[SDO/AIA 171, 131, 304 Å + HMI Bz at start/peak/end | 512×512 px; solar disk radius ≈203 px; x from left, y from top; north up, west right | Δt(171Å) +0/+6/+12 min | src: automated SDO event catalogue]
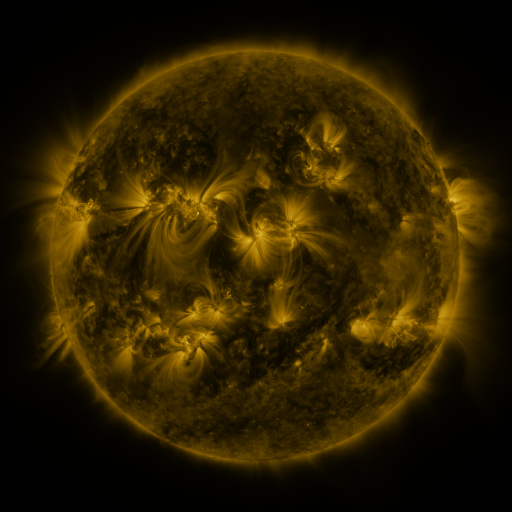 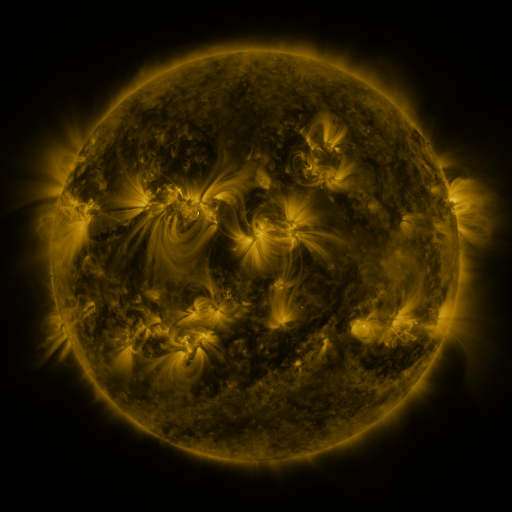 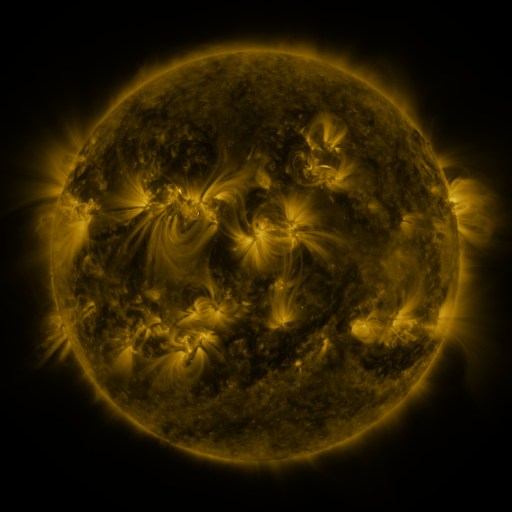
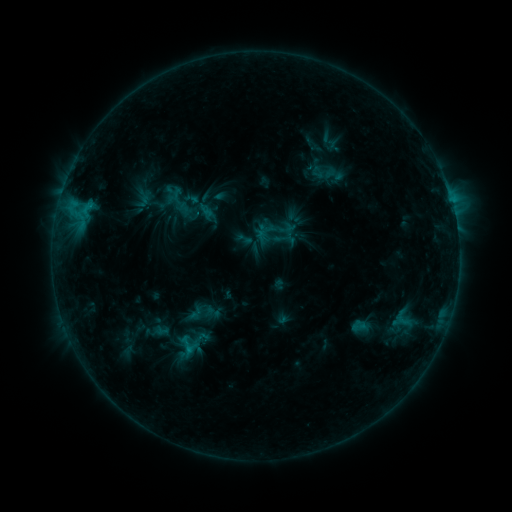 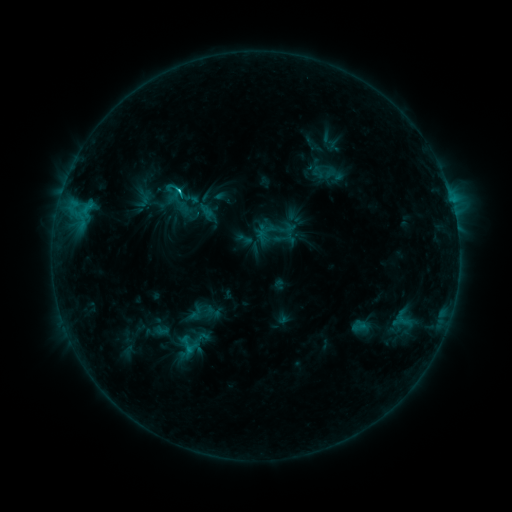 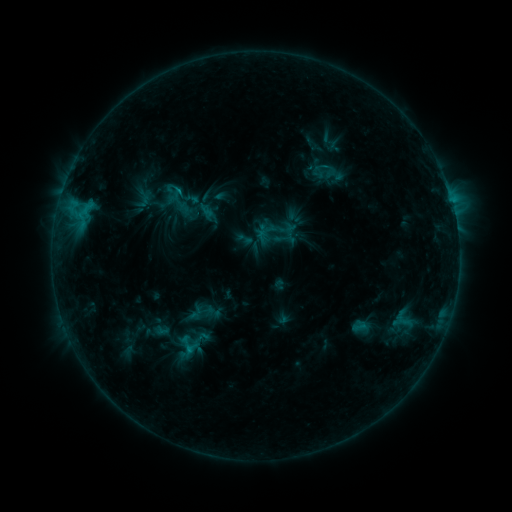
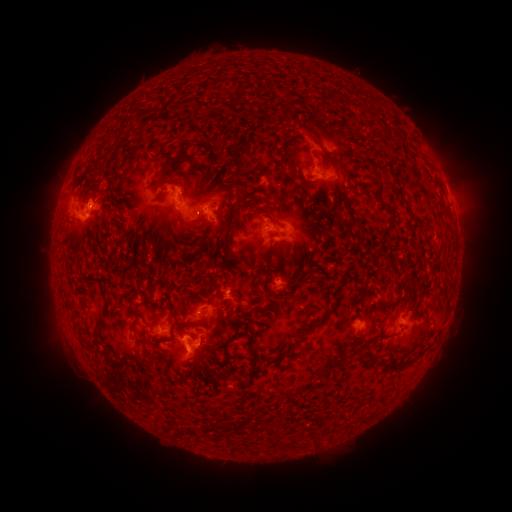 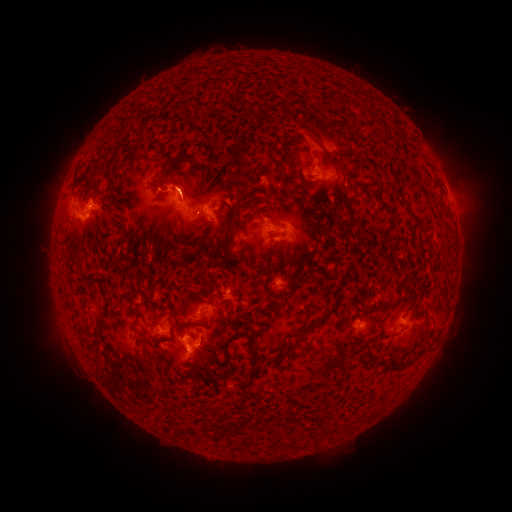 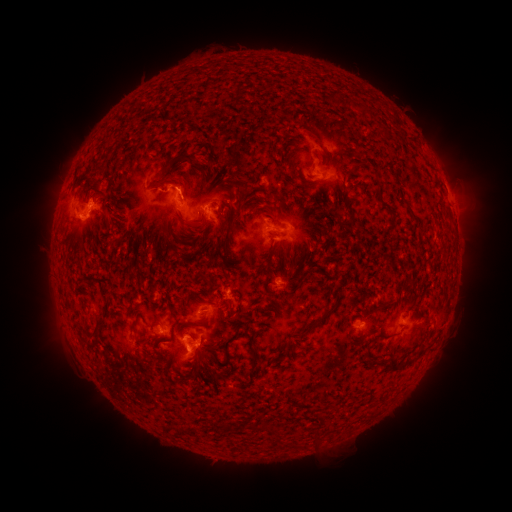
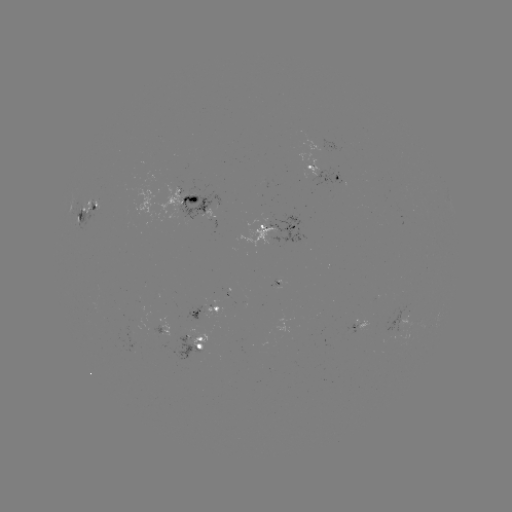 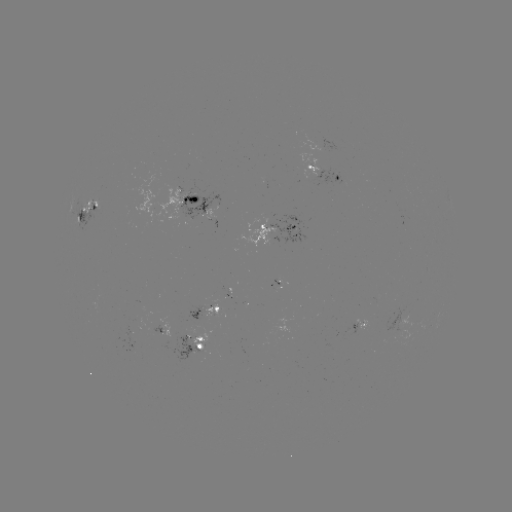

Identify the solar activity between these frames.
C1.4 flare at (182, 191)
